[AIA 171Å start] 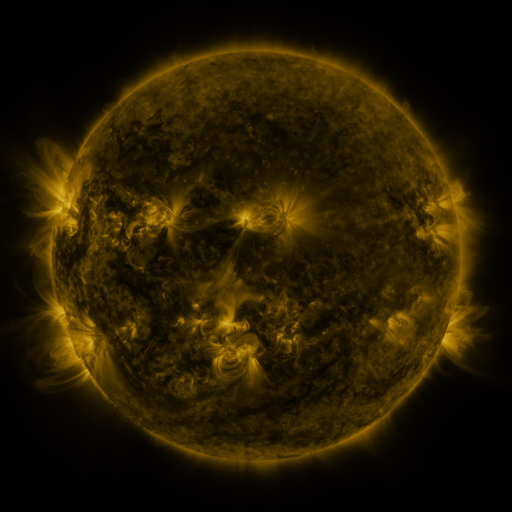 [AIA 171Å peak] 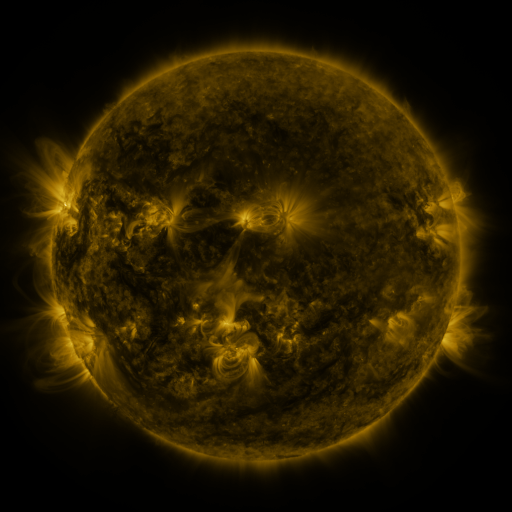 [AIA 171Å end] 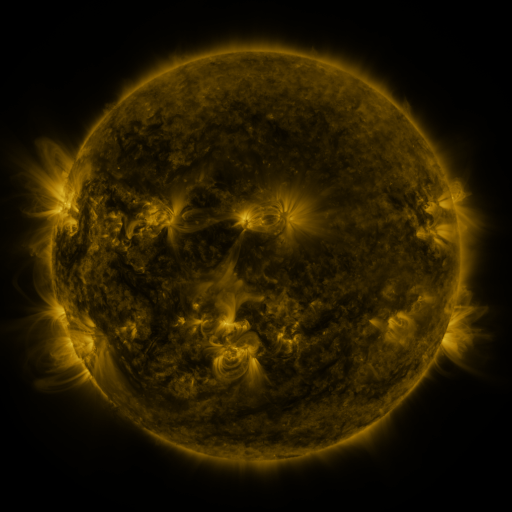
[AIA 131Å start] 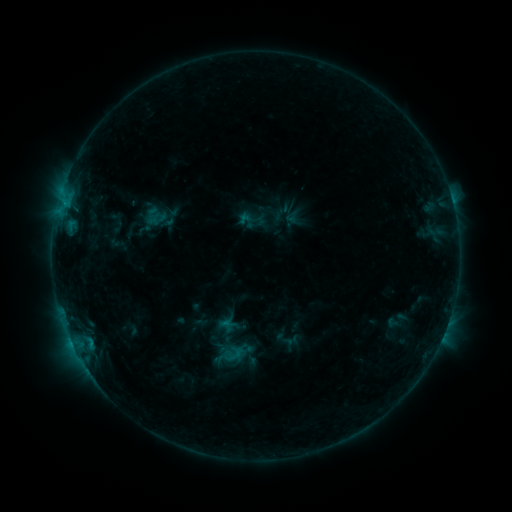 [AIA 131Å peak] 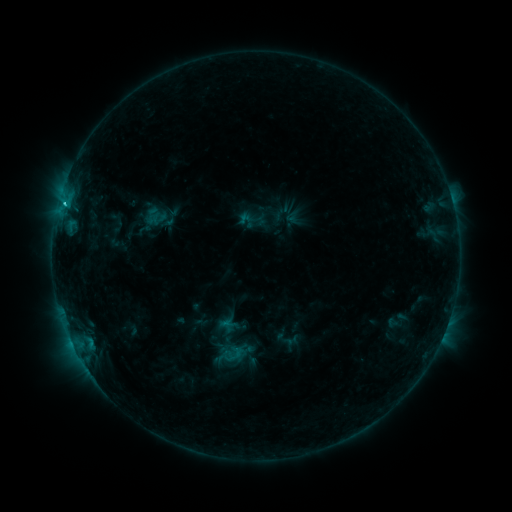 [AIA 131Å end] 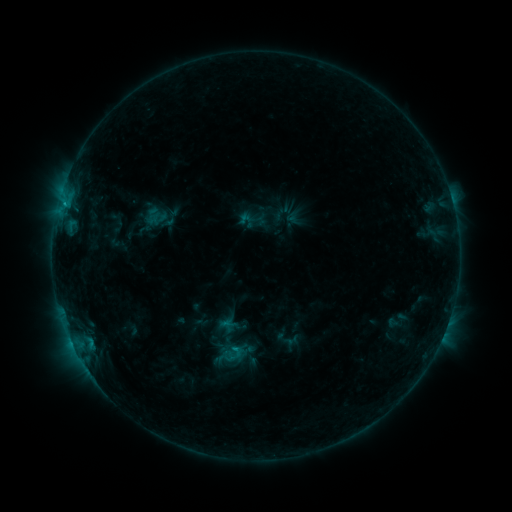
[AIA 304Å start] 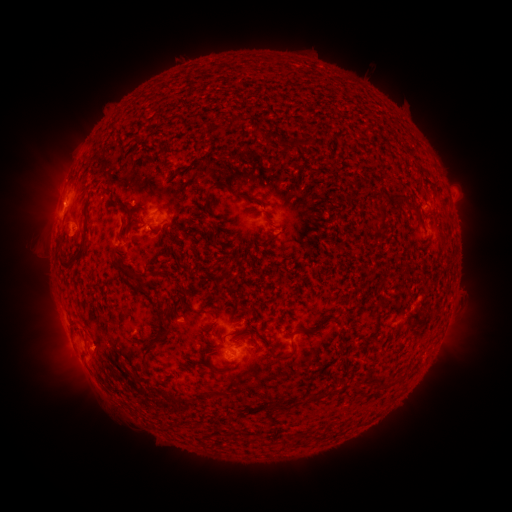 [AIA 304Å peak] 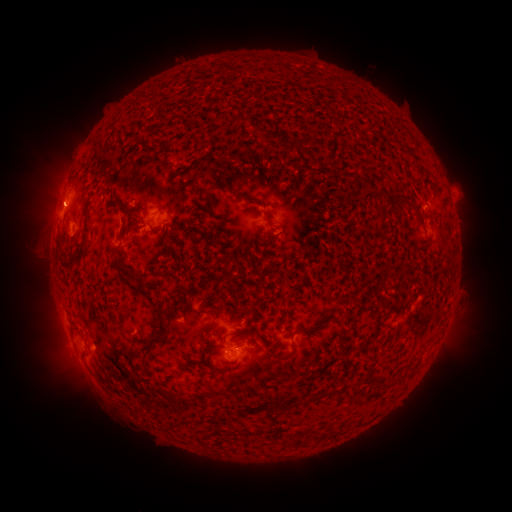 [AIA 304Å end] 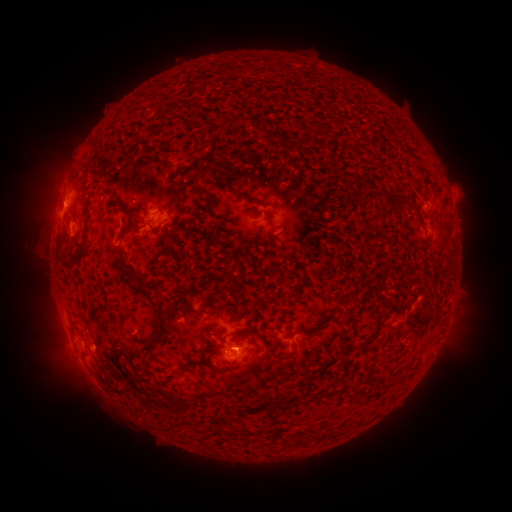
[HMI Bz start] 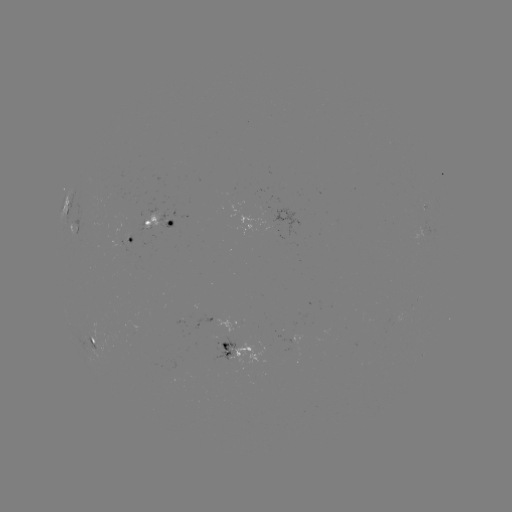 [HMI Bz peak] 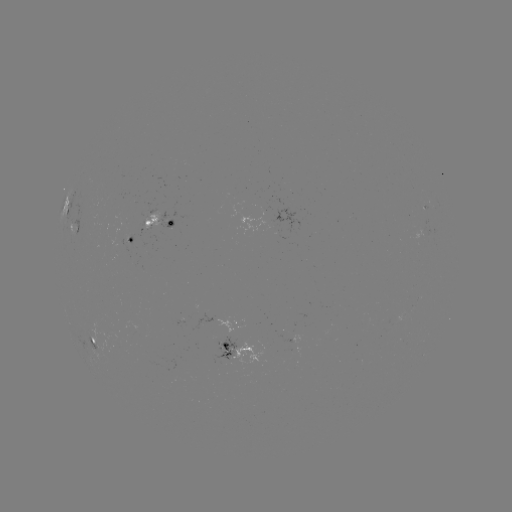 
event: flare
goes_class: C1.2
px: (65, 206)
